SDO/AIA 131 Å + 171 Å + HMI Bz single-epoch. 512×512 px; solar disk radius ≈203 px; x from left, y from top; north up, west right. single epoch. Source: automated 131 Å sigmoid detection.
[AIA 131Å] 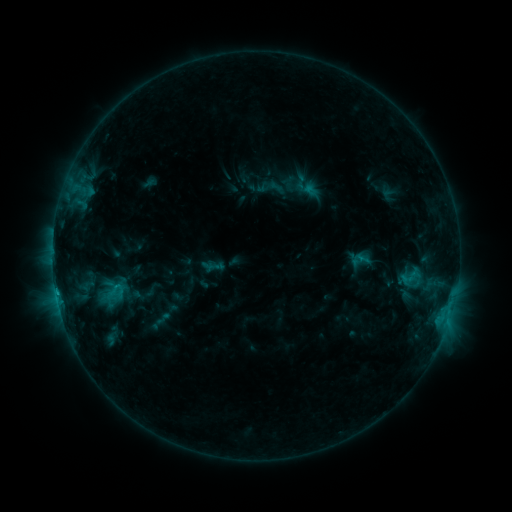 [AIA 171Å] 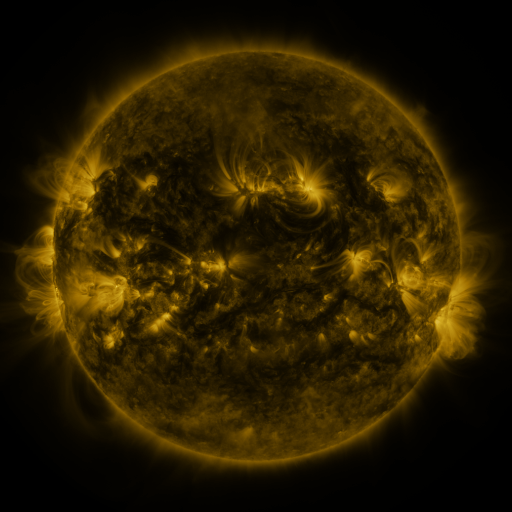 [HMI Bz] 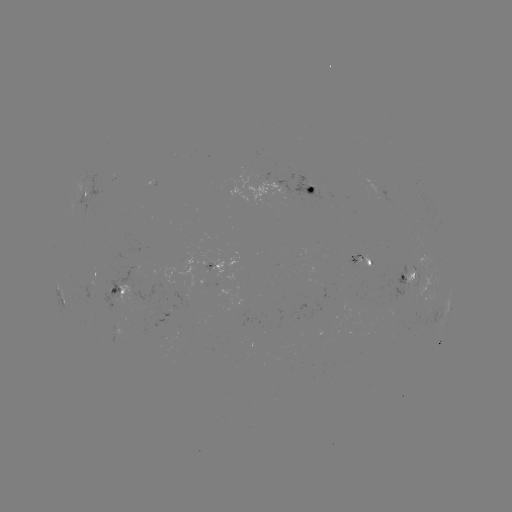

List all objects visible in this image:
sigmoid: <bbox>271, 171, 305, 204</bbox>
sigmoid: <bbox>402, 263, 423, 289</bbox>
